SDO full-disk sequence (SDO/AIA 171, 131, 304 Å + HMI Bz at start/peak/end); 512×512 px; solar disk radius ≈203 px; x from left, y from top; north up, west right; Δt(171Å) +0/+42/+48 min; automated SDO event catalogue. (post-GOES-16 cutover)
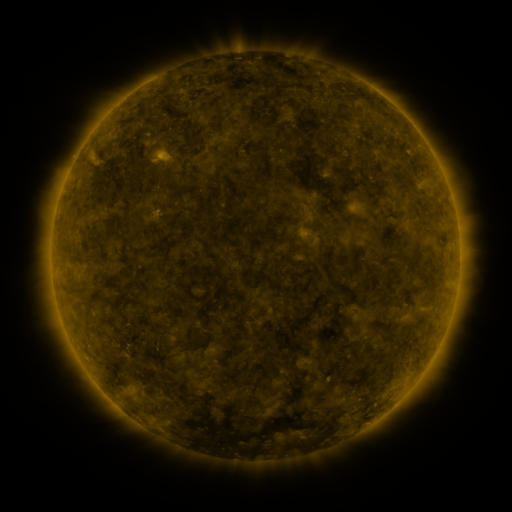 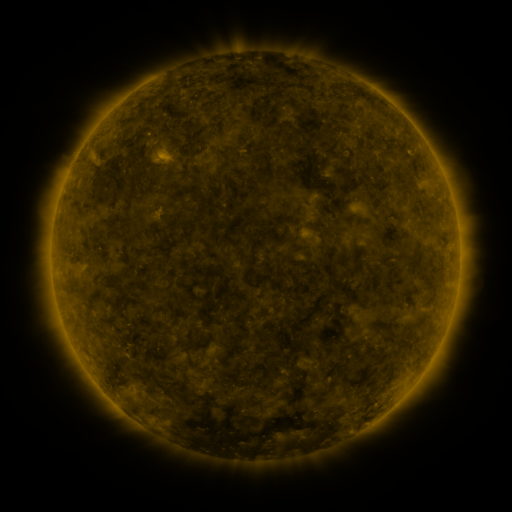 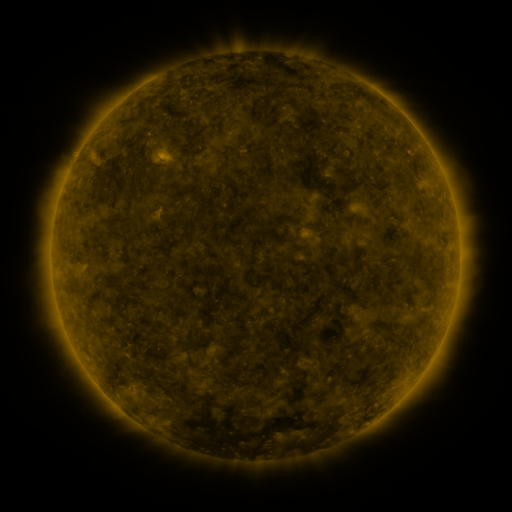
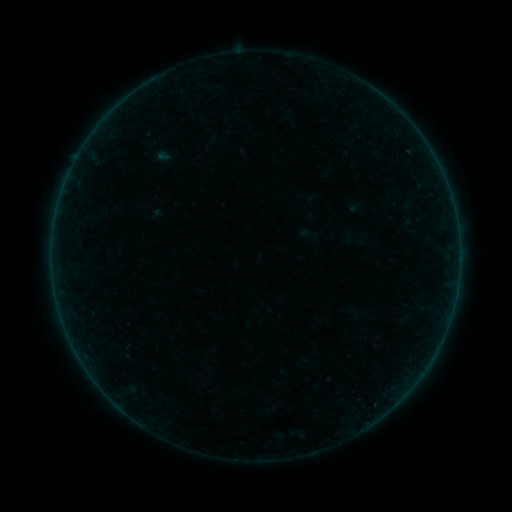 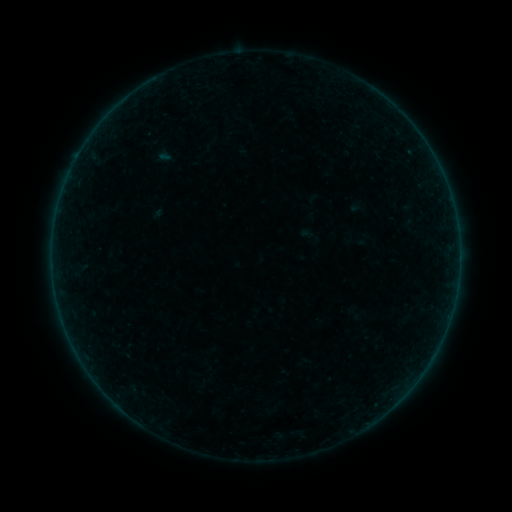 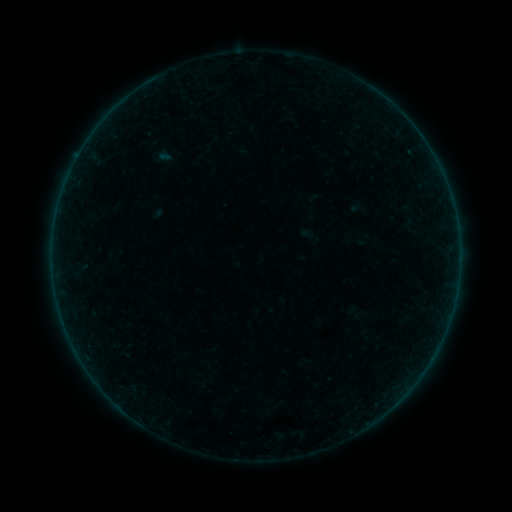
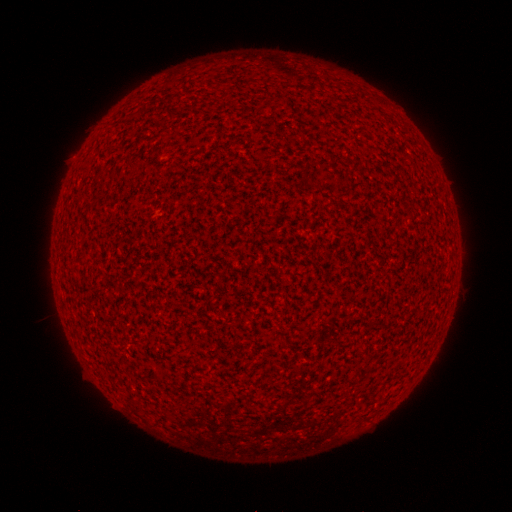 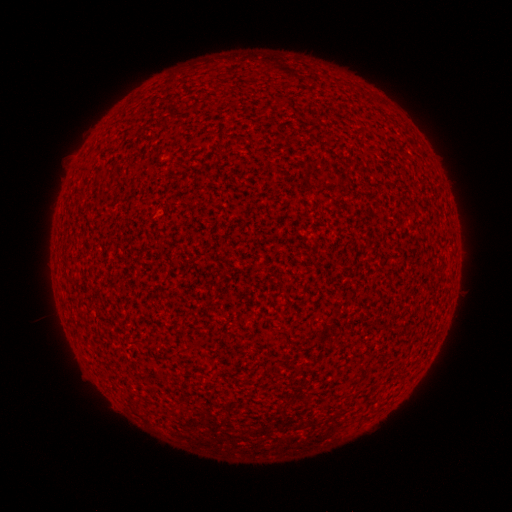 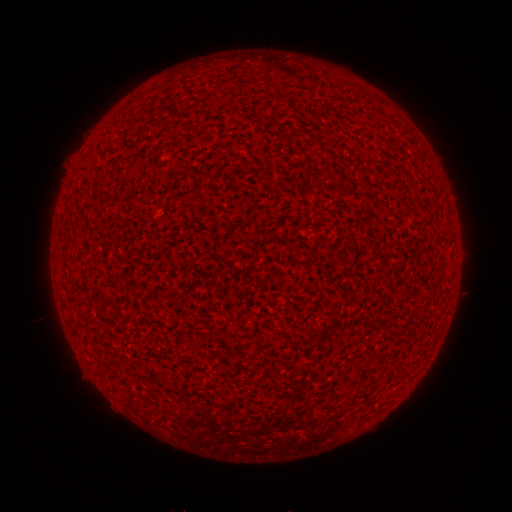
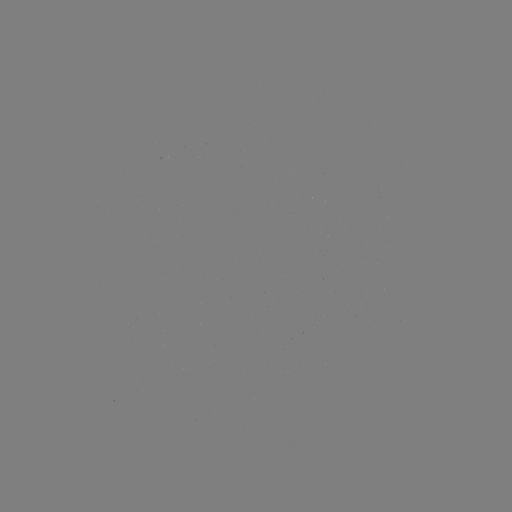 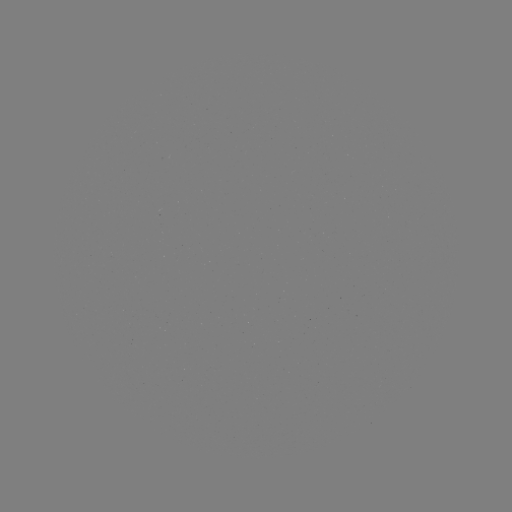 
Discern A1.8 flare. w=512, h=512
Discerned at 78,156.